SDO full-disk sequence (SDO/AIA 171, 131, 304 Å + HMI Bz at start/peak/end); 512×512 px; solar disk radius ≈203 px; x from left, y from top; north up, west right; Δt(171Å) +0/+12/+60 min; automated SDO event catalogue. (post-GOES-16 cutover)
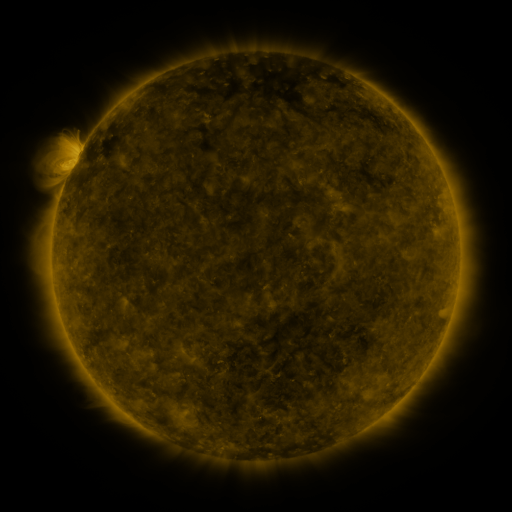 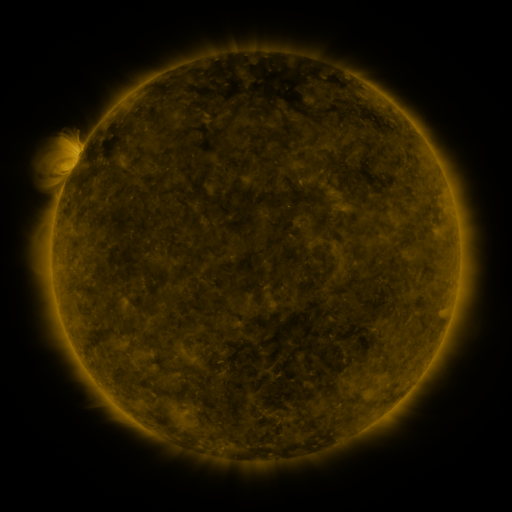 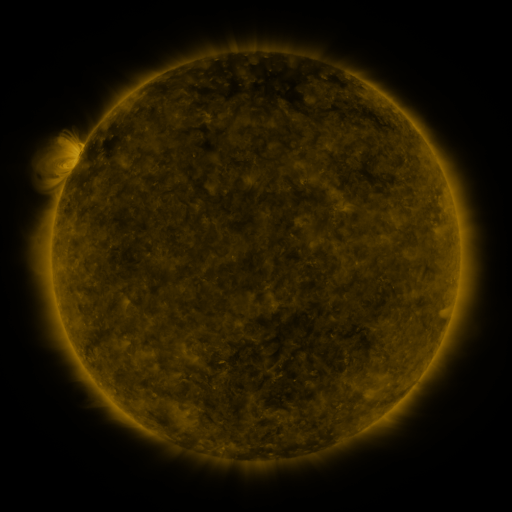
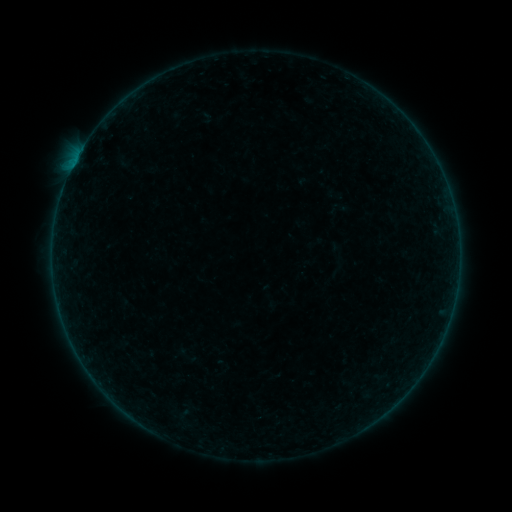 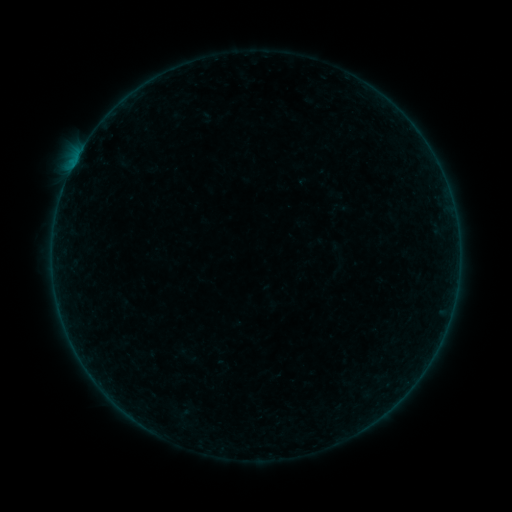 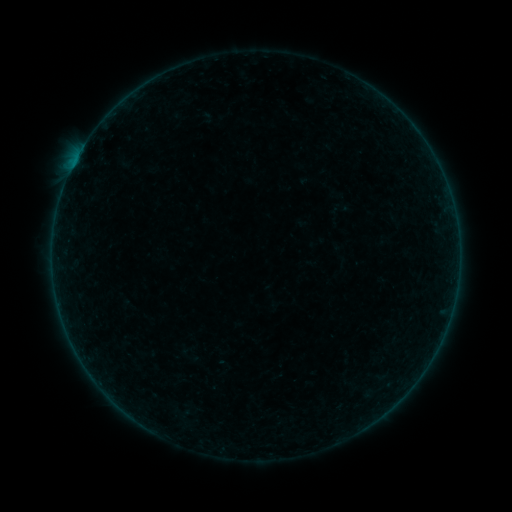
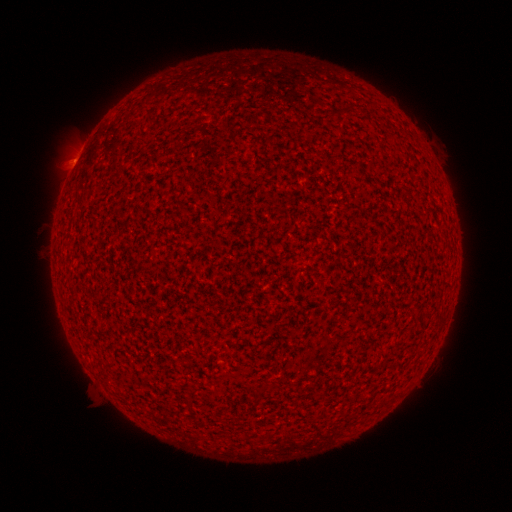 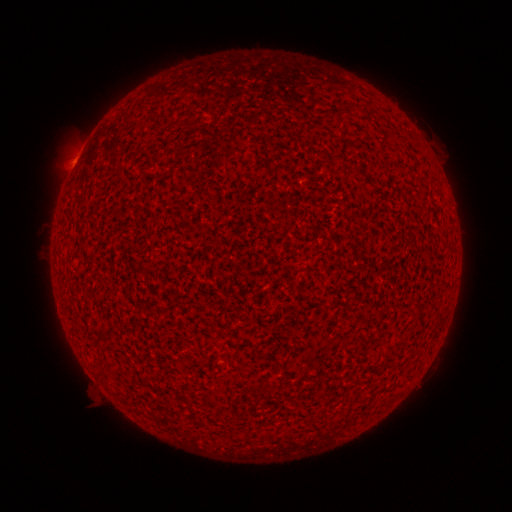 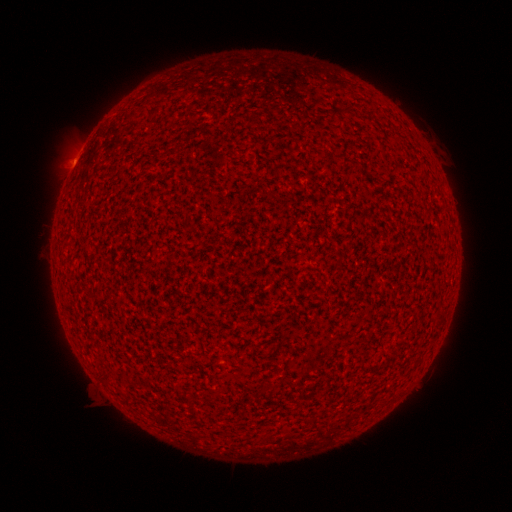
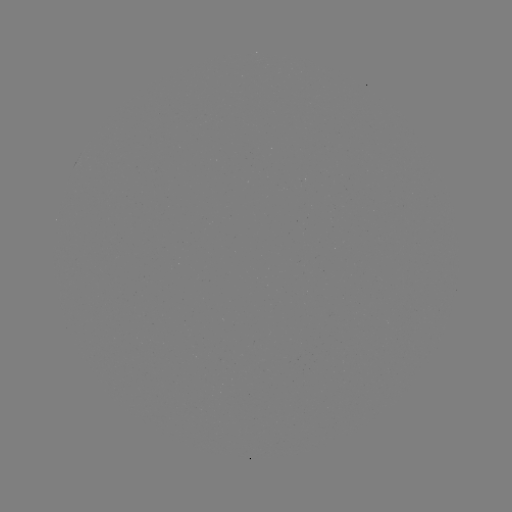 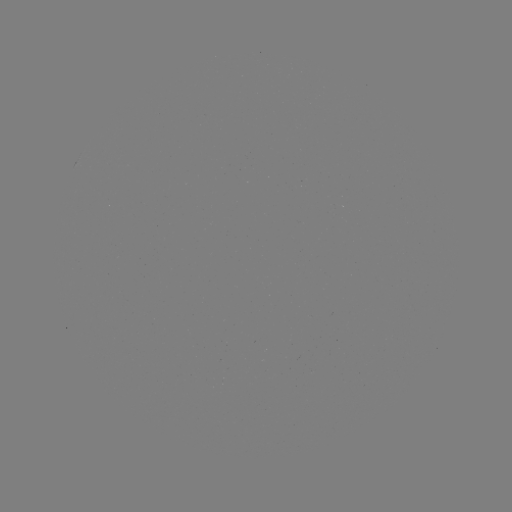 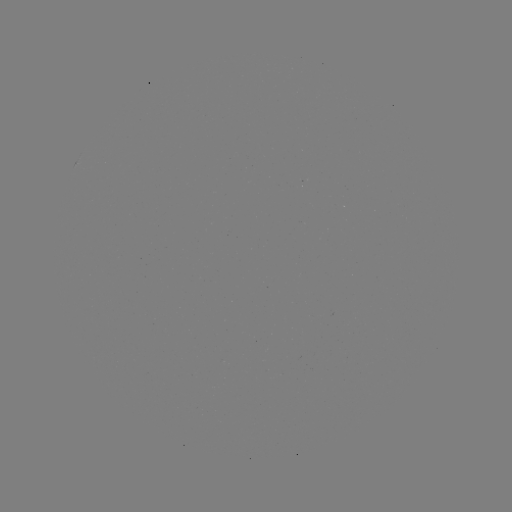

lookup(B1.4 flare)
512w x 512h (73, 169)